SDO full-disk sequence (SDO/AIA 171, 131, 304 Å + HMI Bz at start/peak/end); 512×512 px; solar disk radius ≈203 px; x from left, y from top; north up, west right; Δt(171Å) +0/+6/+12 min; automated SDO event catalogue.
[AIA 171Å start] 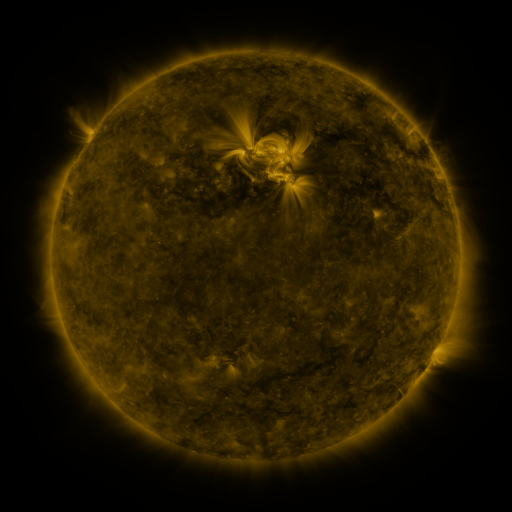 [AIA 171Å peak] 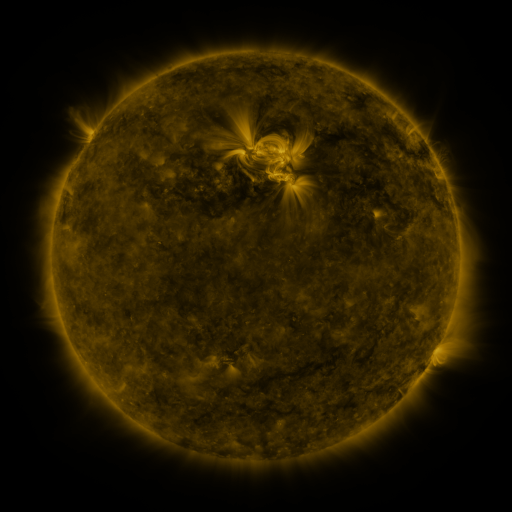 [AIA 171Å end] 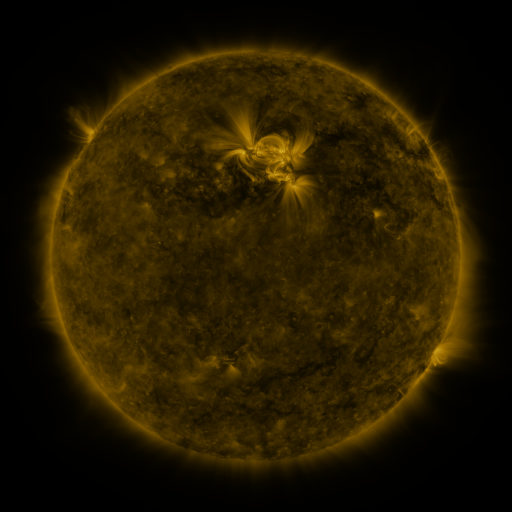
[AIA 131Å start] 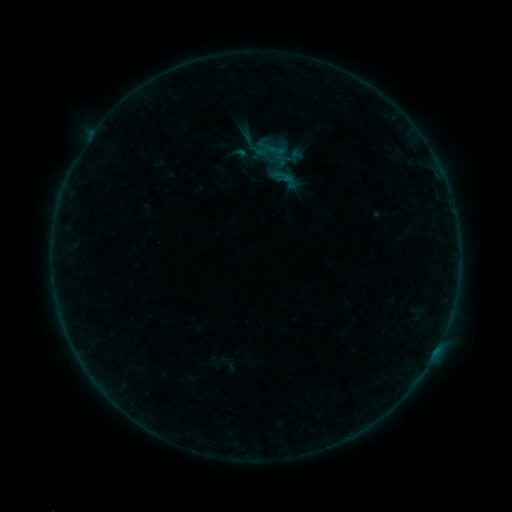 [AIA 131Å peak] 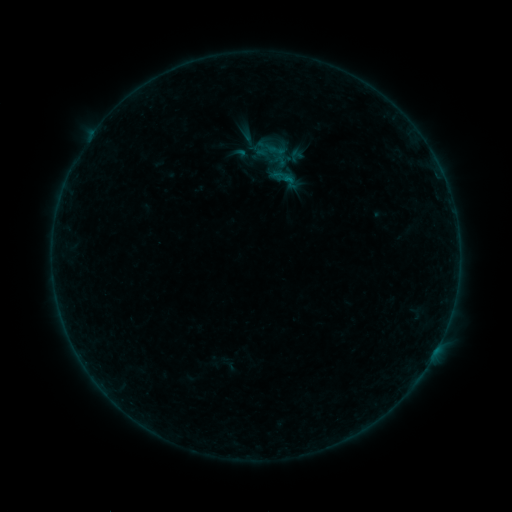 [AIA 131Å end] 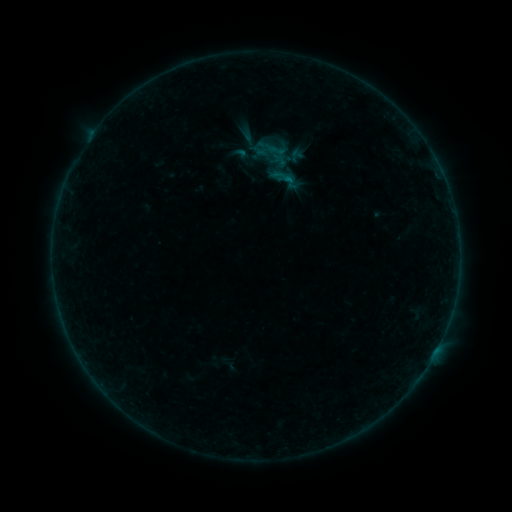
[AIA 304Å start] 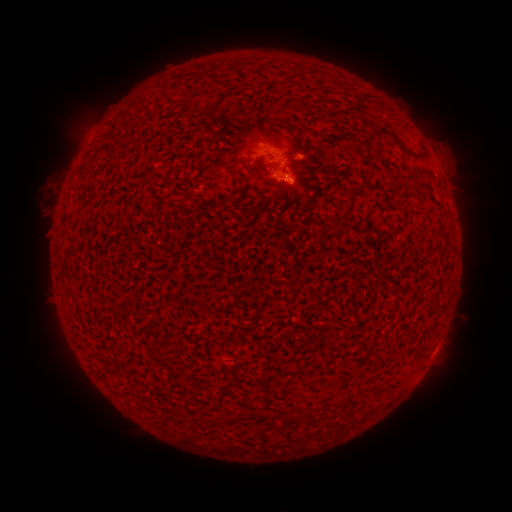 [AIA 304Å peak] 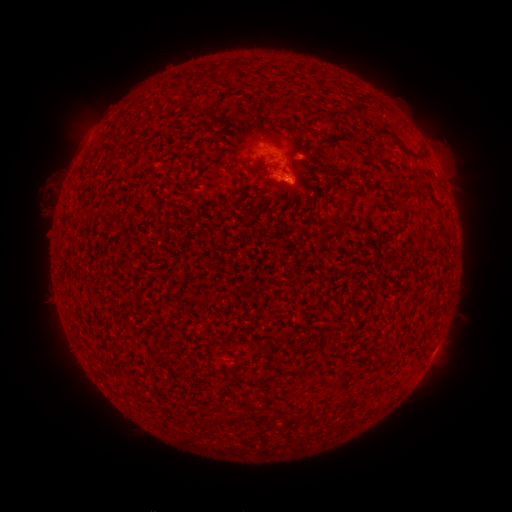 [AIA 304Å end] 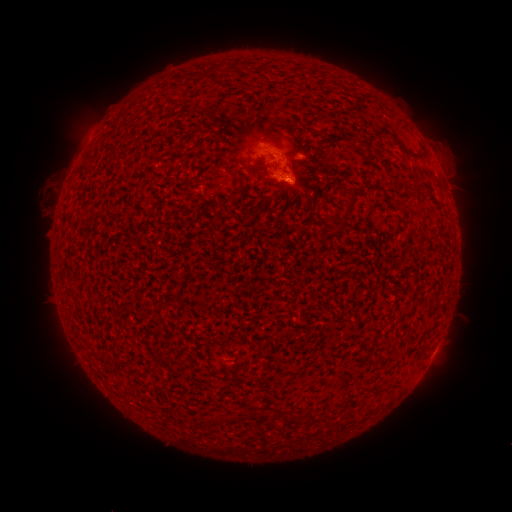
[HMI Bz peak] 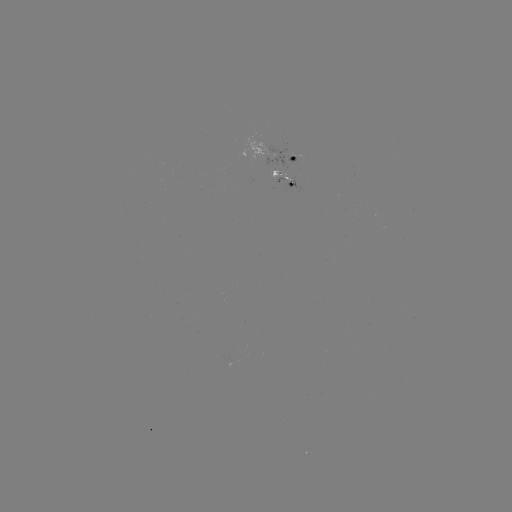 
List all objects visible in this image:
B1.4 flare: (286, 182)
